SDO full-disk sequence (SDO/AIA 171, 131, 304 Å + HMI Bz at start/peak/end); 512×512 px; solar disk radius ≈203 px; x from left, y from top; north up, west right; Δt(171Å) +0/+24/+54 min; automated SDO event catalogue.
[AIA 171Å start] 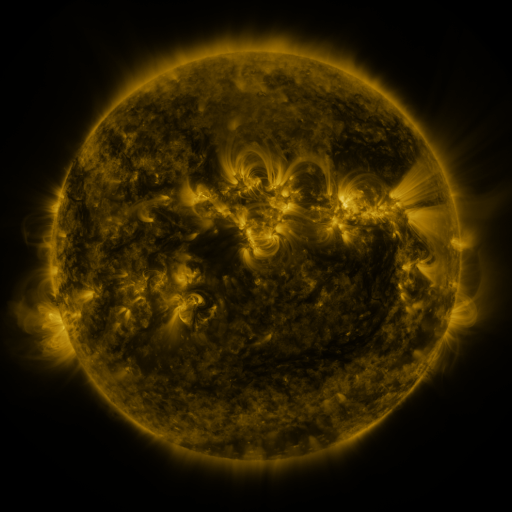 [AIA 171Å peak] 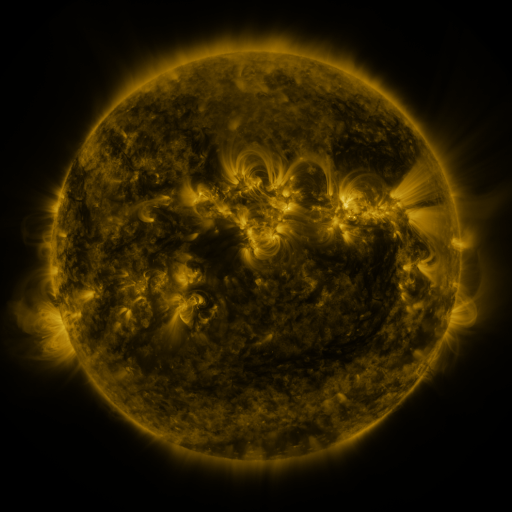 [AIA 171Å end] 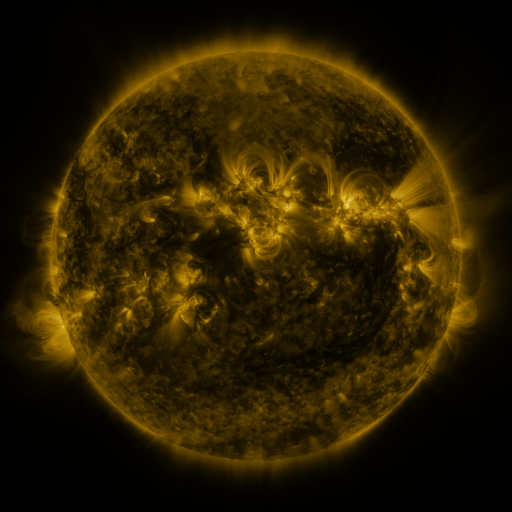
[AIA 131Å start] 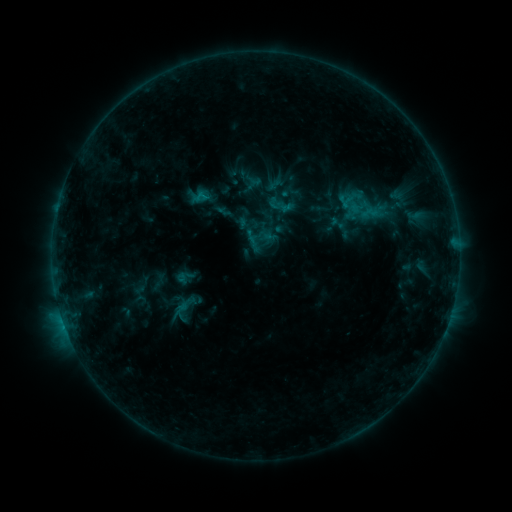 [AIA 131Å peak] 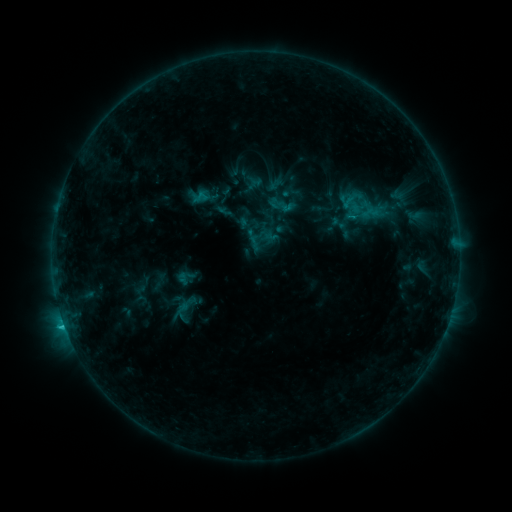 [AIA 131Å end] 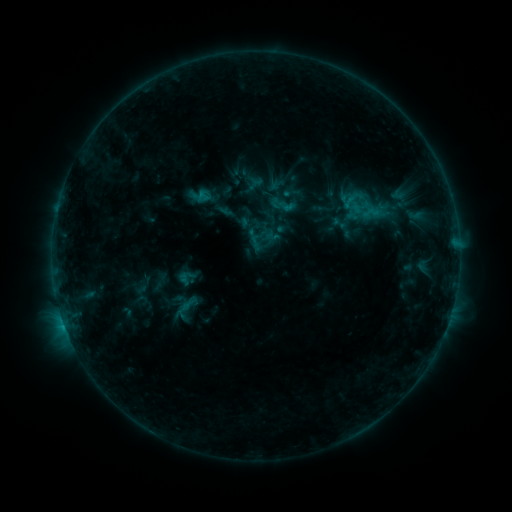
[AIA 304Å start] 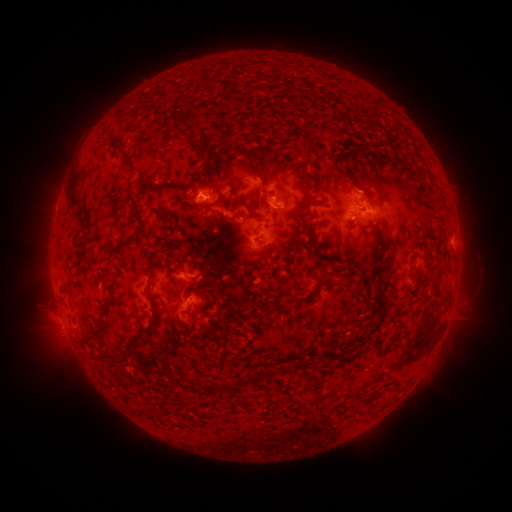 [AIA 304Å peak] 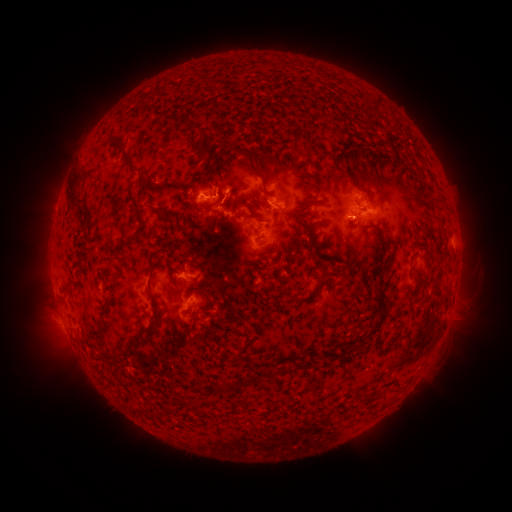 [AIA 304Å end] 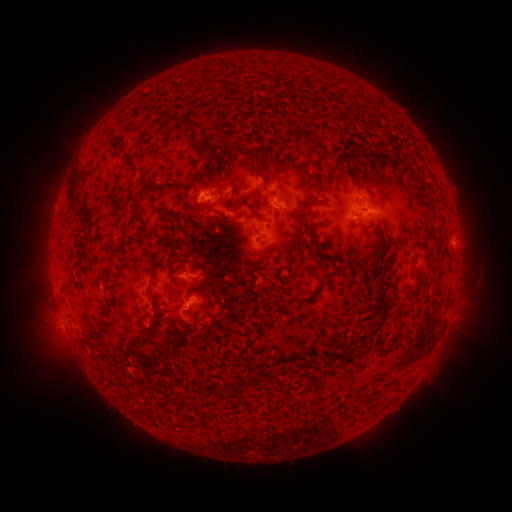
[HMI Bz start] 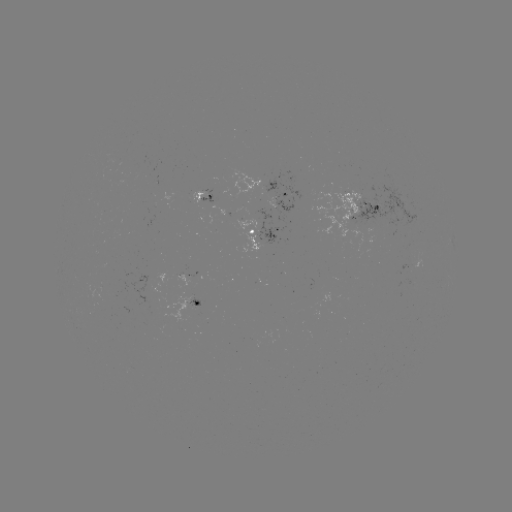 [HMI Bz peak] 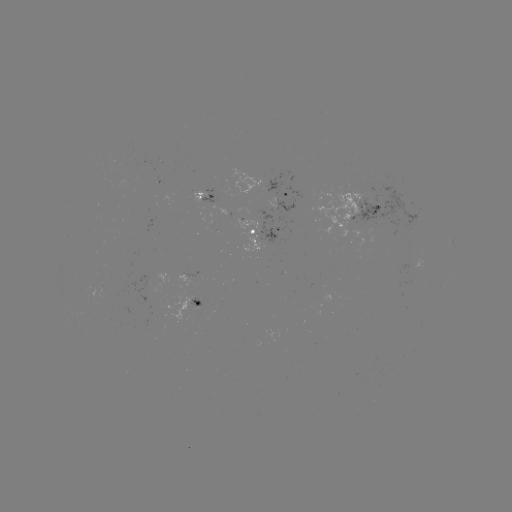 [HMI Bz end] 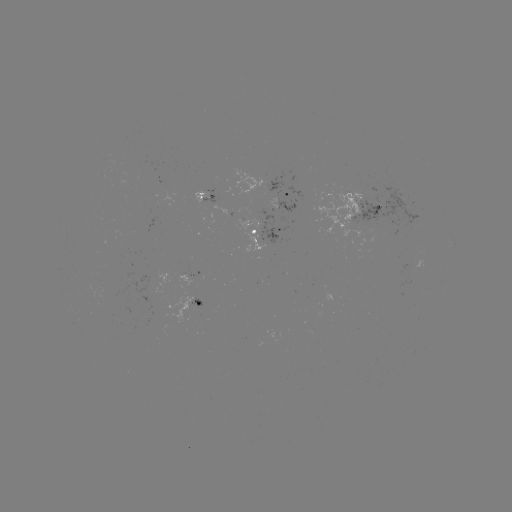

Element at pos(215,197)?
C1.2 flare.